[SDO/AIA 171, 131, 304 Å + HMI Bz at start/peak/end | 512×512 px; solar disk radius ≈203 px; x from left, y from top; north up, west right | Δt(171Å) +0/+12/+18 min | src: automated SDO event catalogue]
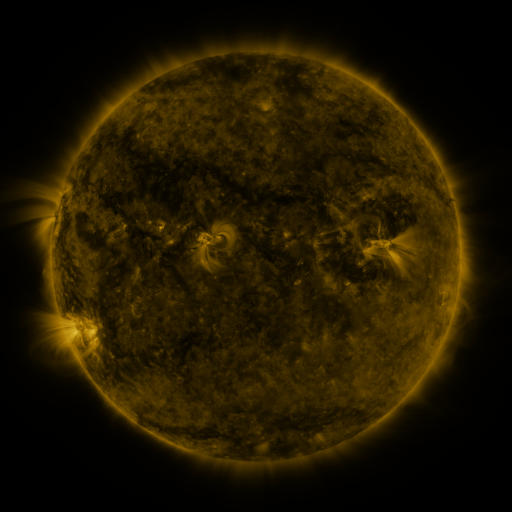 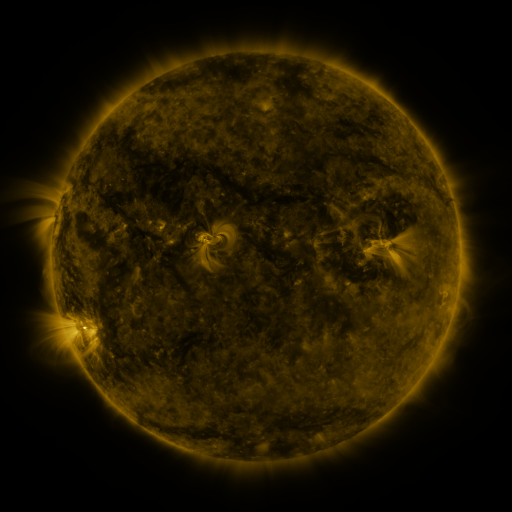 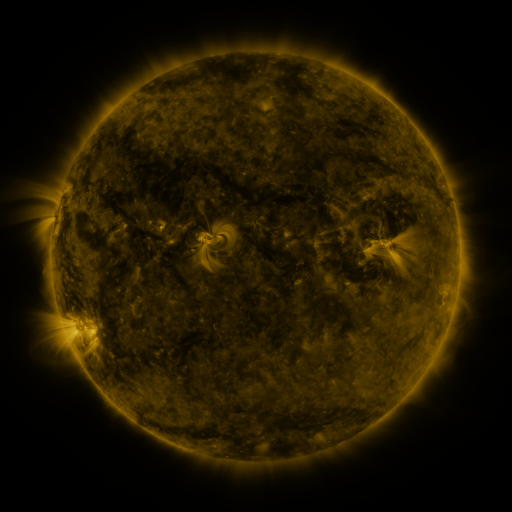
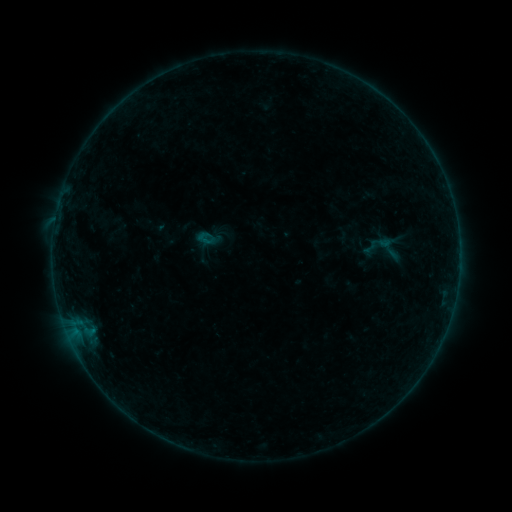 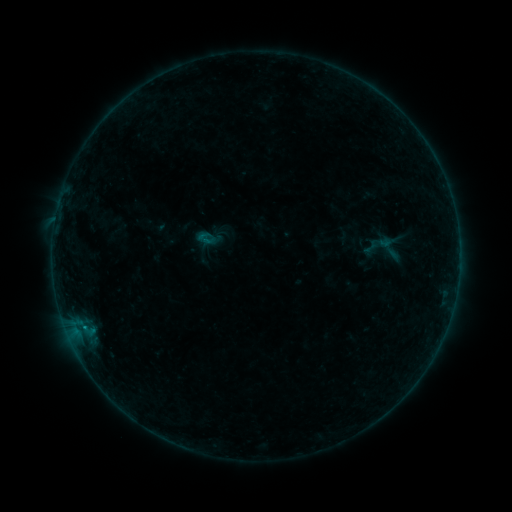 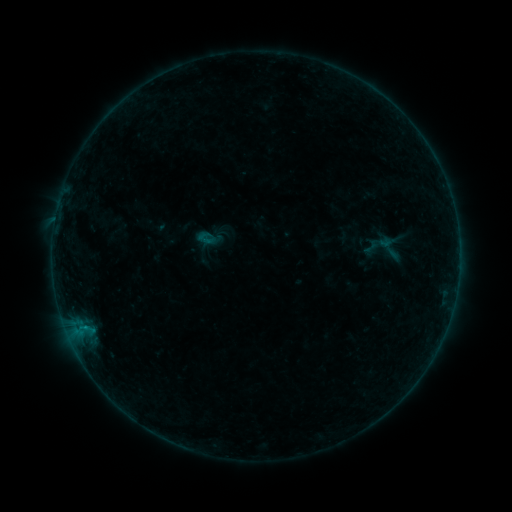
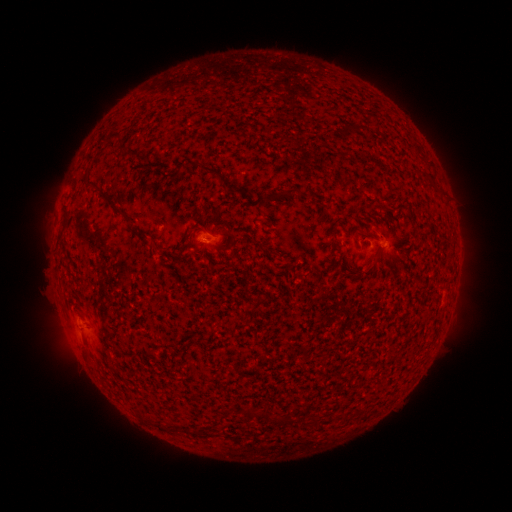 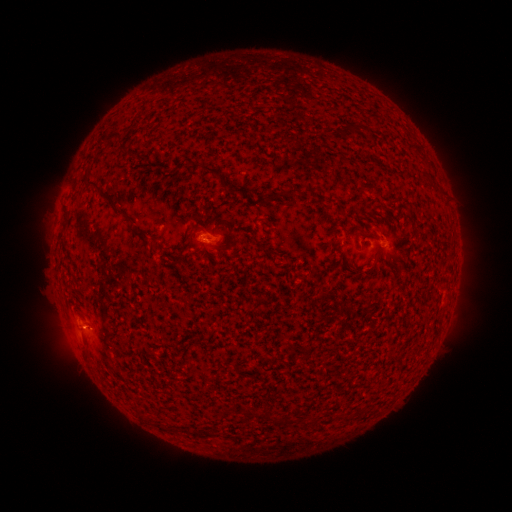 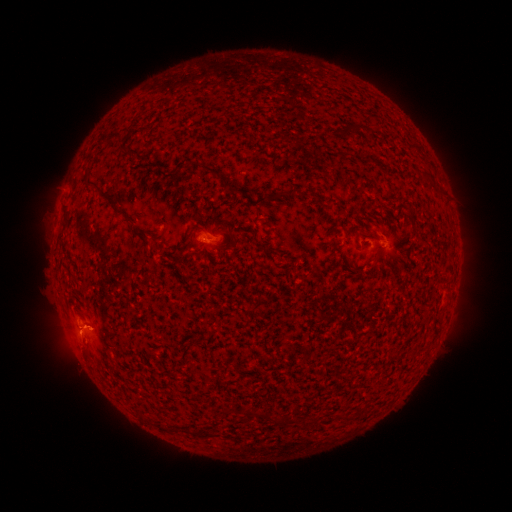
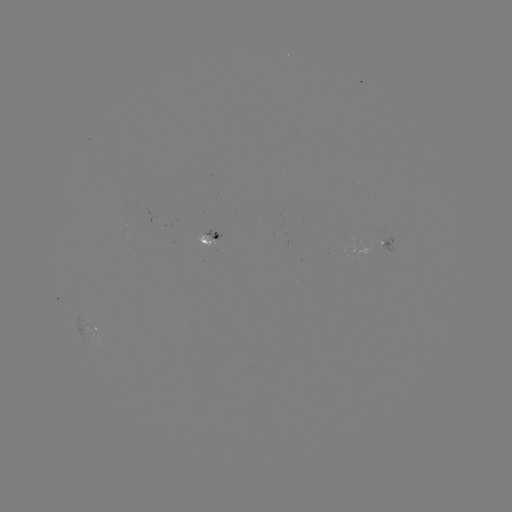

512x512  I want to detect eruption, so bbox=[47, 298, 95, 356].